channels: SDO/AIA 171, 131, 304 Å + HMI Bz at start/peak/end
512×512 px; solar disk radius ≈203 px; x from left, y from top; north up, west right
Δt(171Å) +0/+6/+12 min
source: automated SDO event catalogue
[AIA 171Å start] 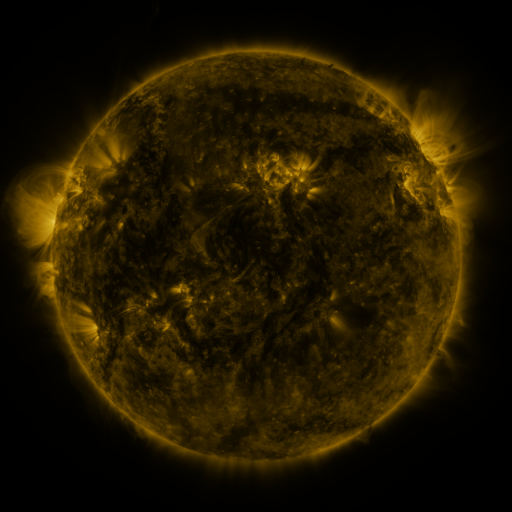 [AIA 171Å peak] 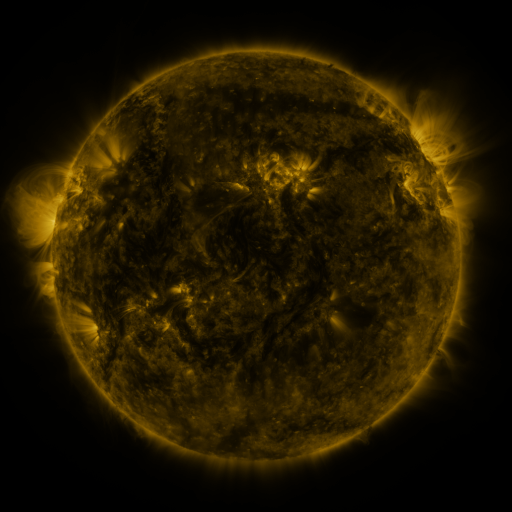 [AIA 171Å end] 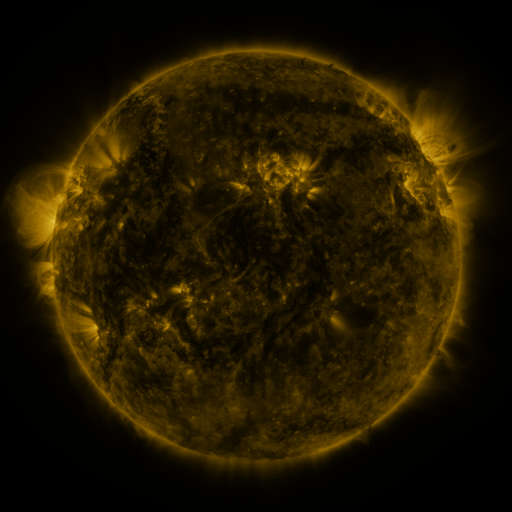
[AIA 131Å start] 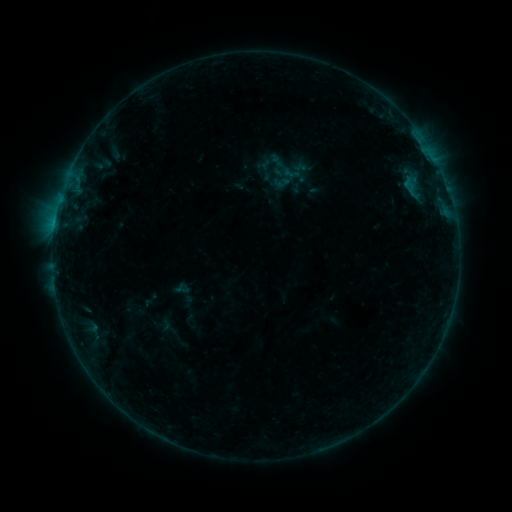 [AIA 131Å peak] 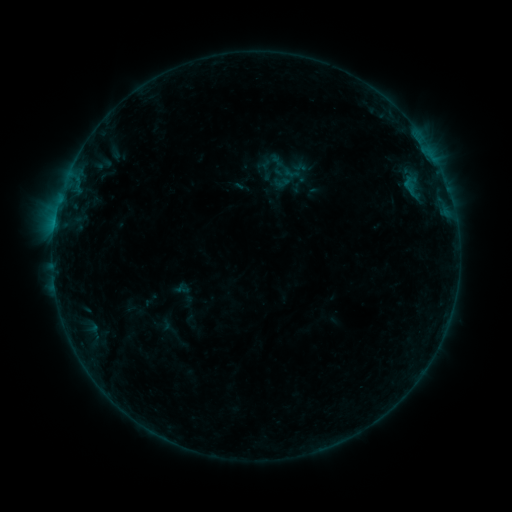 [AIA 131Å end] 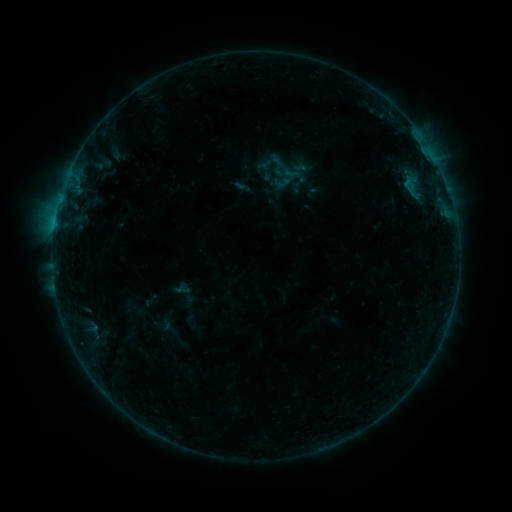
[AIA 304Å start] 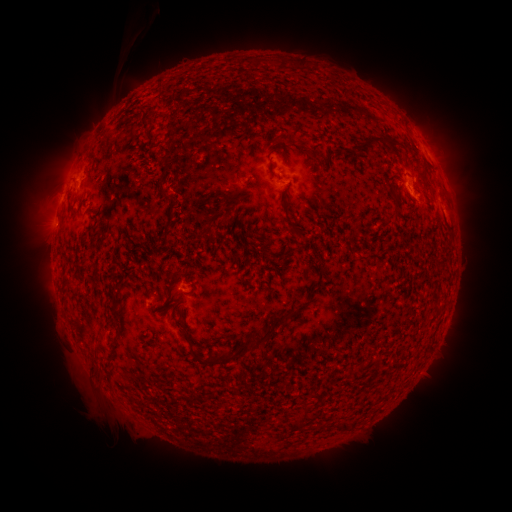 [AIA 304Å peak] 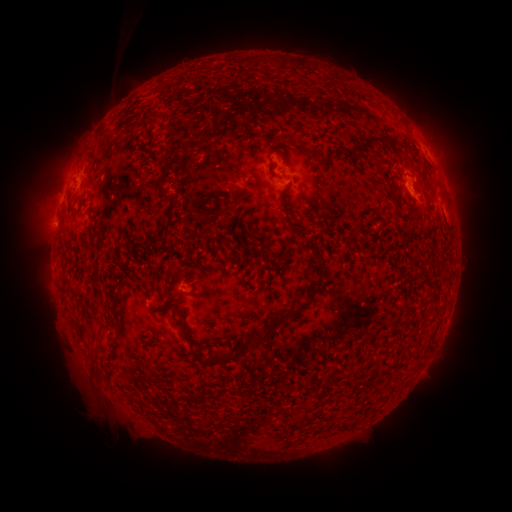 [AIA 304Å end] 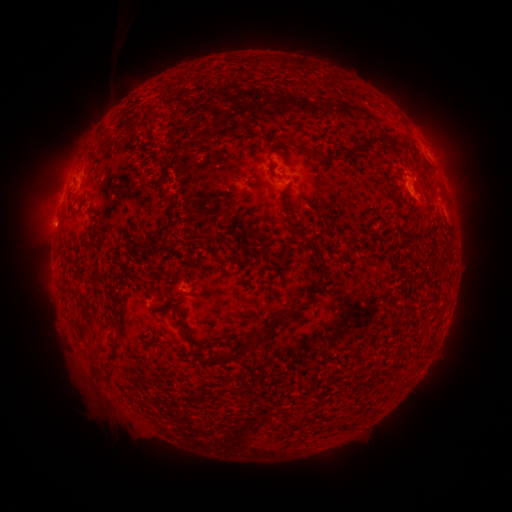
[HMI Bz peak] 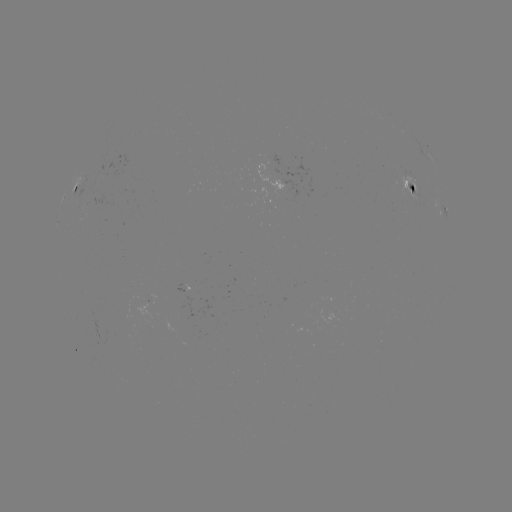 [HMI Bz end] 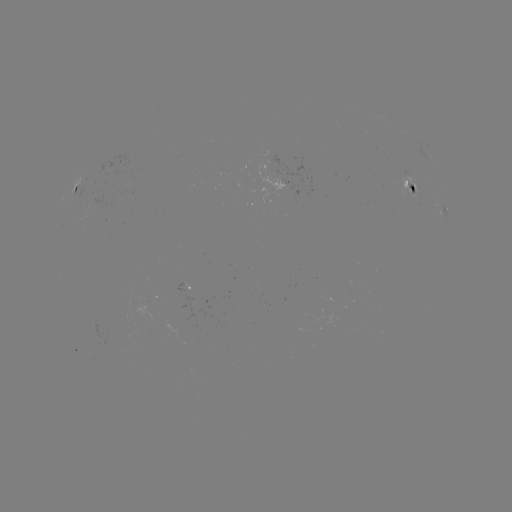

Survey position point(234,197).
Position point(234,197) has eruption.